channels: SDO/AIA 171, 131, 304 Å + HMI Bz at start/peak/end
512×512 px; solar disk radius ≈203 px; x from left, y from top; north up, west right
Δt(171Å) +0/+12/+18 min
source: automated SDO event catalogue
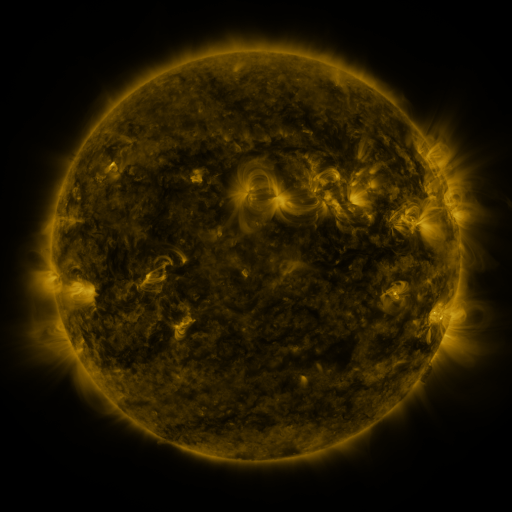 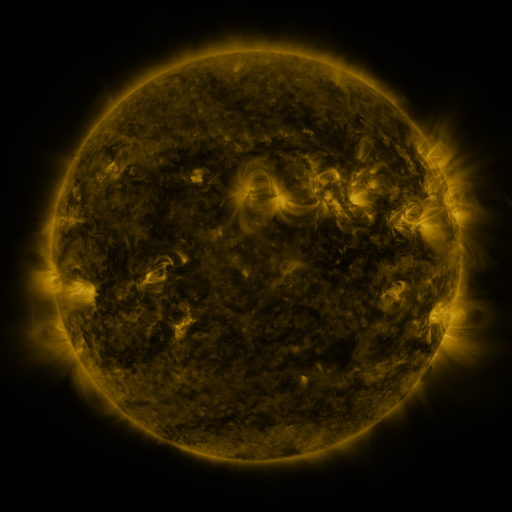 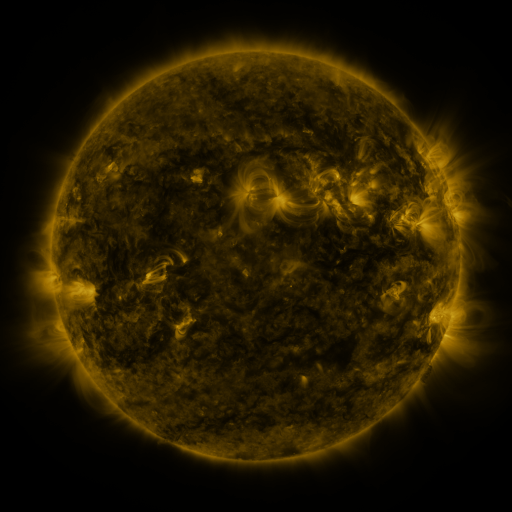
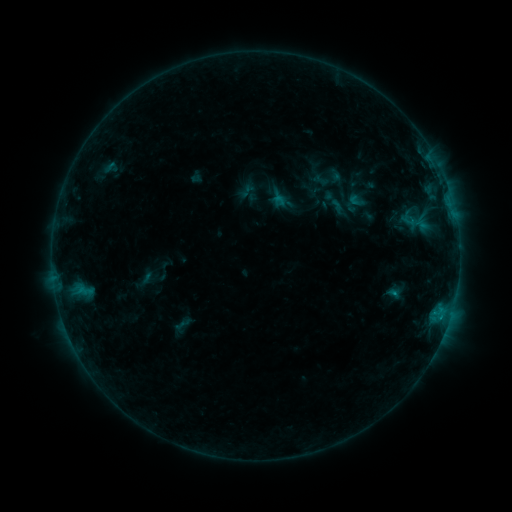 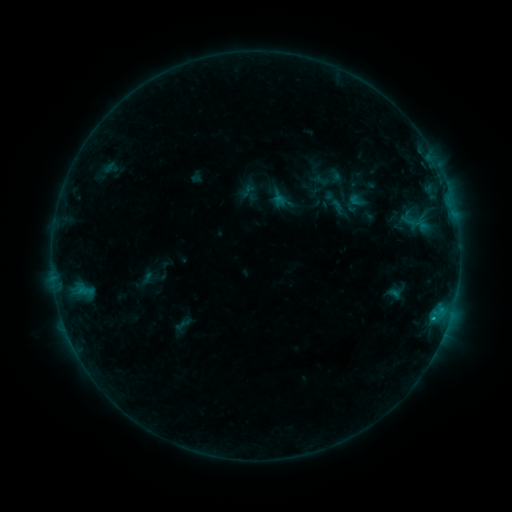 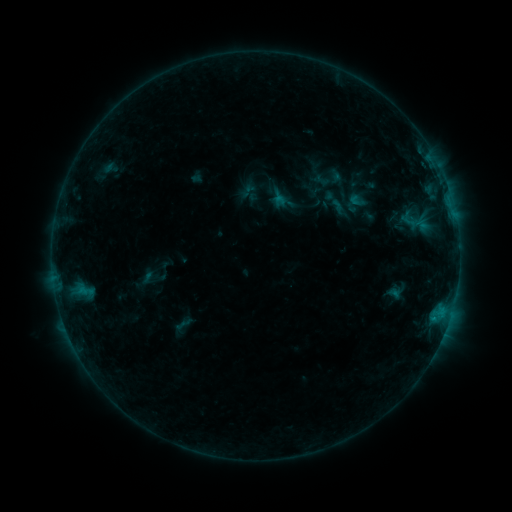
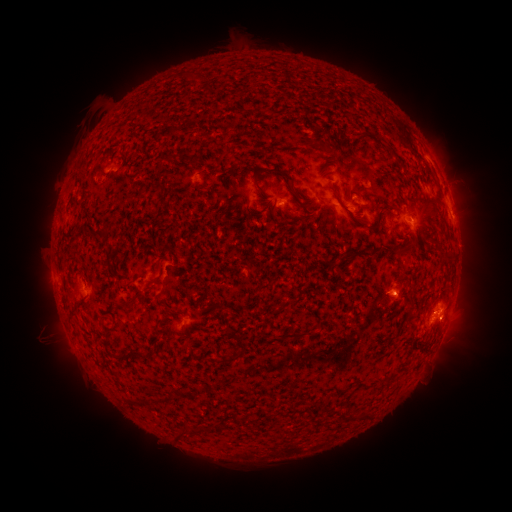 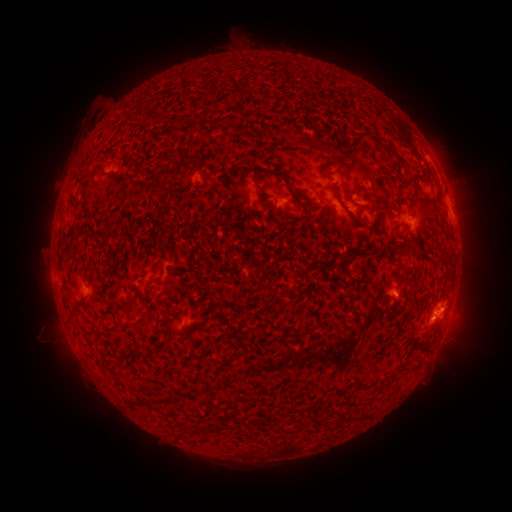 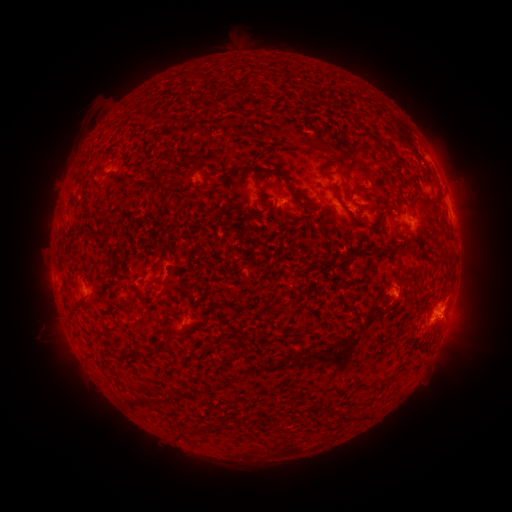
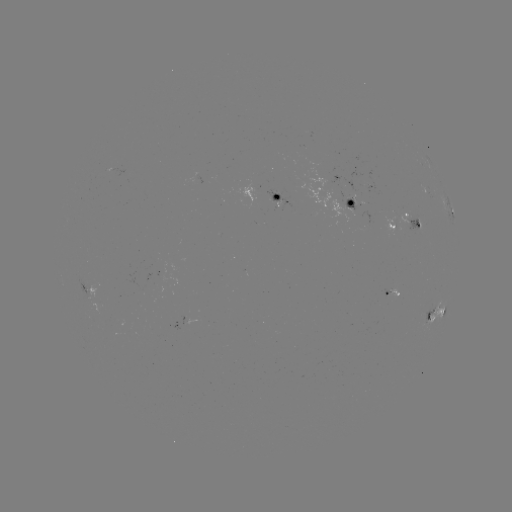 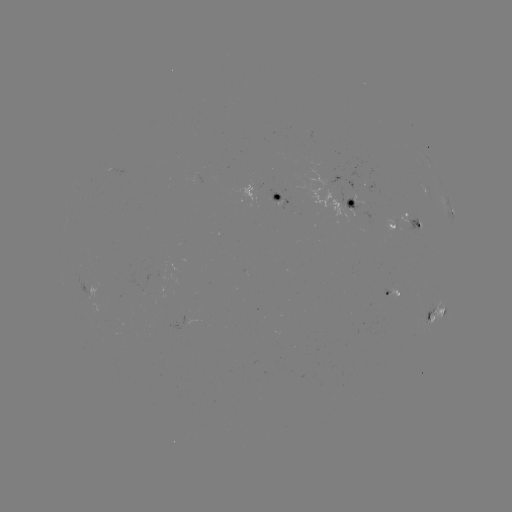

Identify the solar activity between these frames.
B7.4 flare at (442, 307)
